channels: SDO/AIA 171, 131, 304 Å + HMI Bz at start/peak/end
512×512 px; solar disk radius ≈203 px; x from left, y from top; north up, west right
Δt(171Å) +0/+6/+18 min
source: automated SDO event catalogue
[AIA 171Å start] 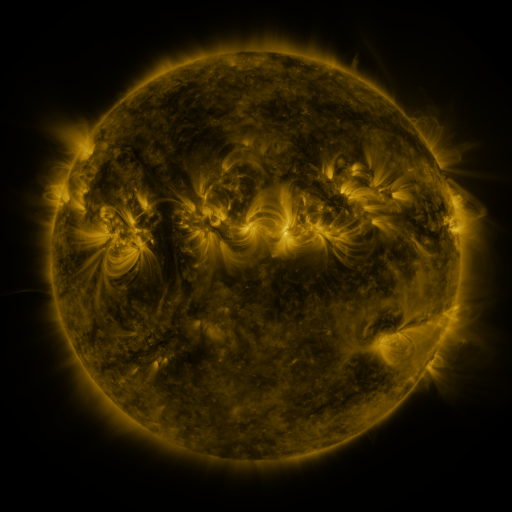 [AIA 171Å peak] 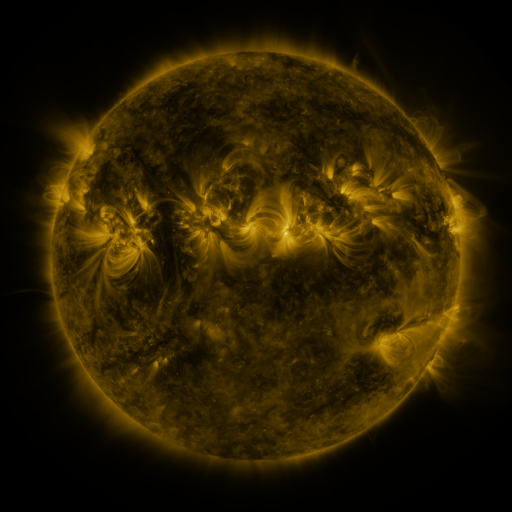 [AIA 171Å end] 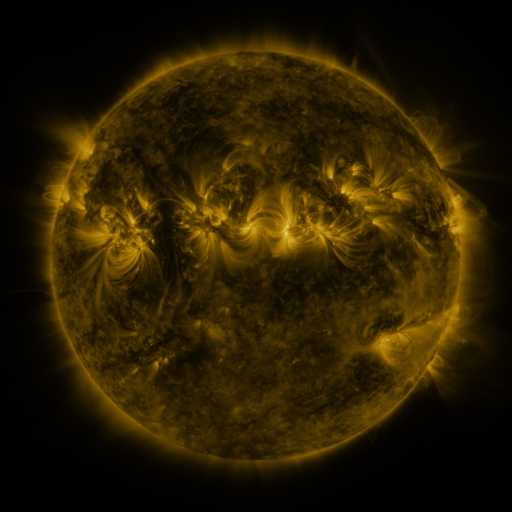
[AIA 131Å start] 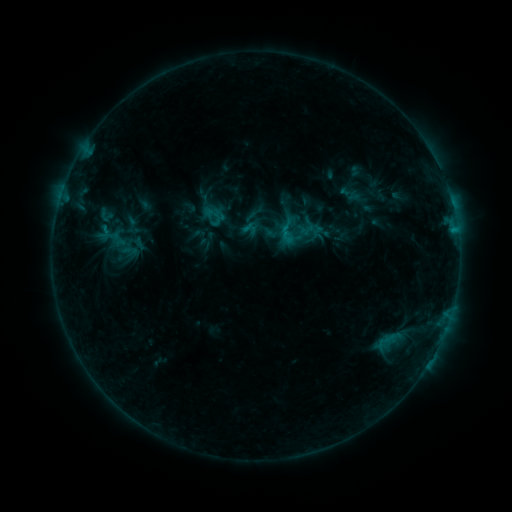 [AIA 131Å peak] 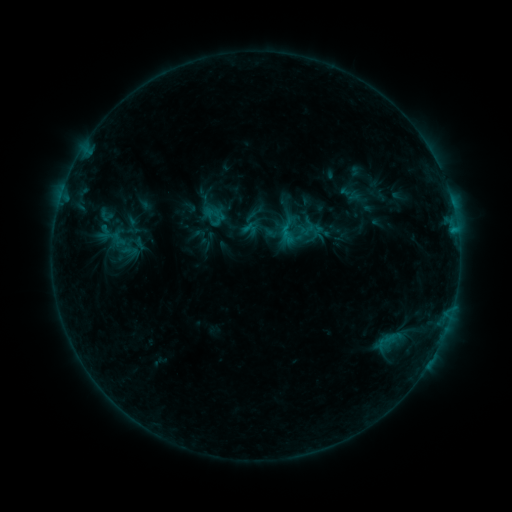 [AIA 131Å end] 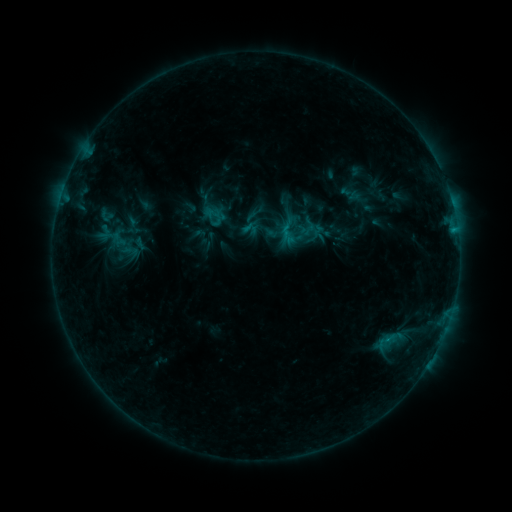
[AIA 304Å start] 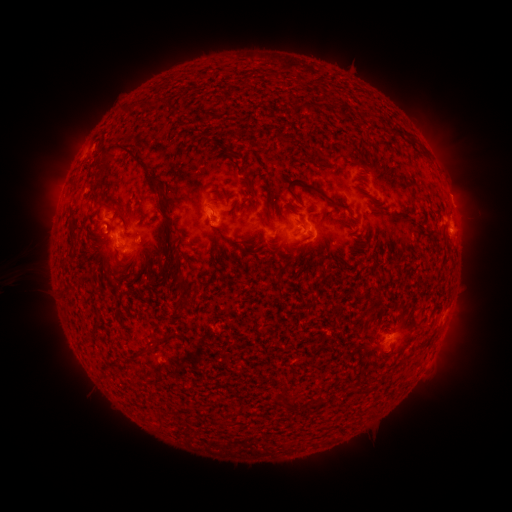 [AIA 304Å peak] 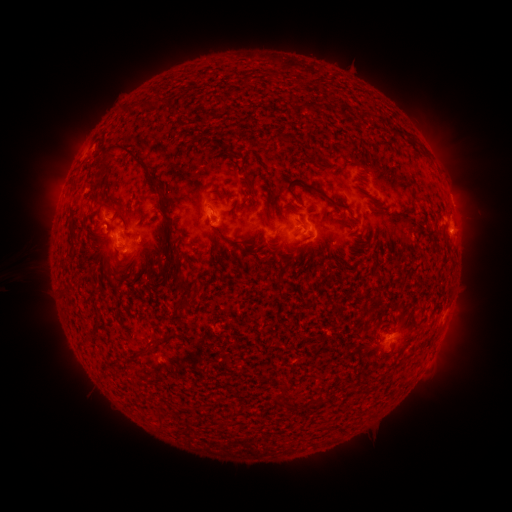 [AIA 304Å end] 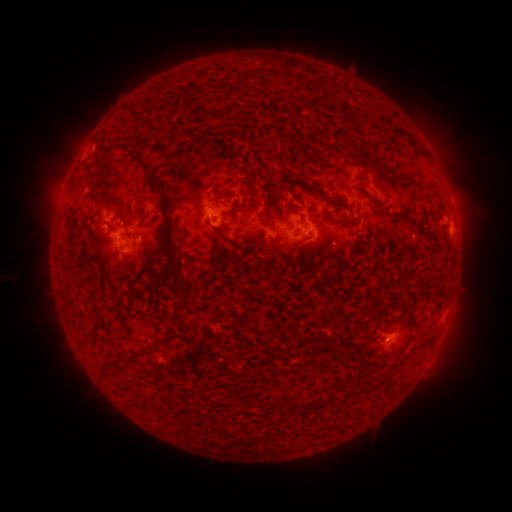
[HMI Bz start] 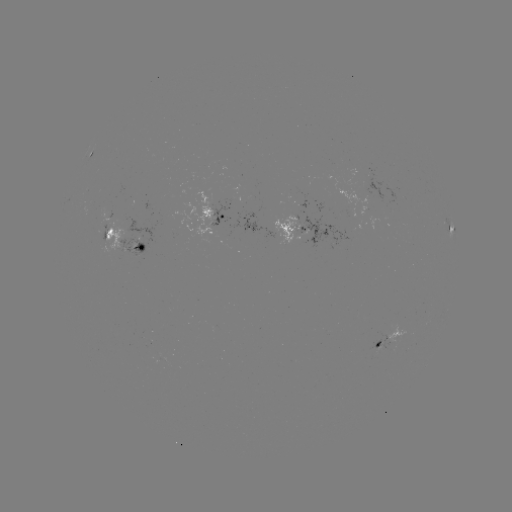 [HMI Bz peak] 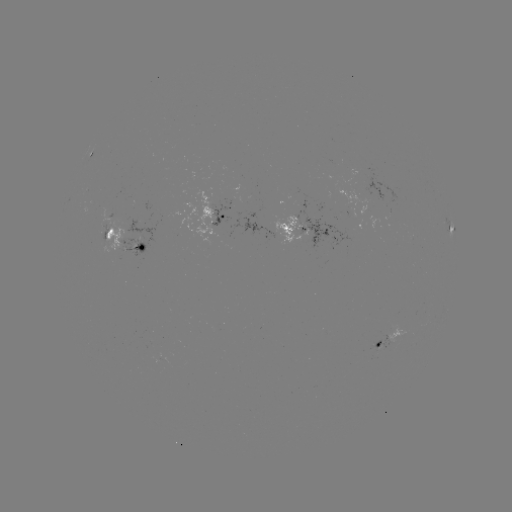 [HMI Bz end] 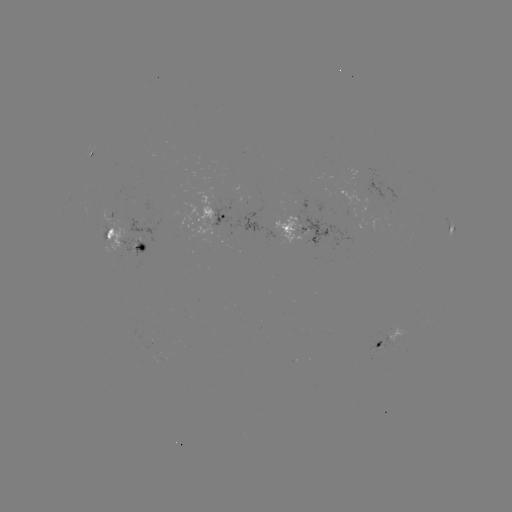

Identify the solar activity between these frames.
no catalogued flare and no flagged EUV brightening in this window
